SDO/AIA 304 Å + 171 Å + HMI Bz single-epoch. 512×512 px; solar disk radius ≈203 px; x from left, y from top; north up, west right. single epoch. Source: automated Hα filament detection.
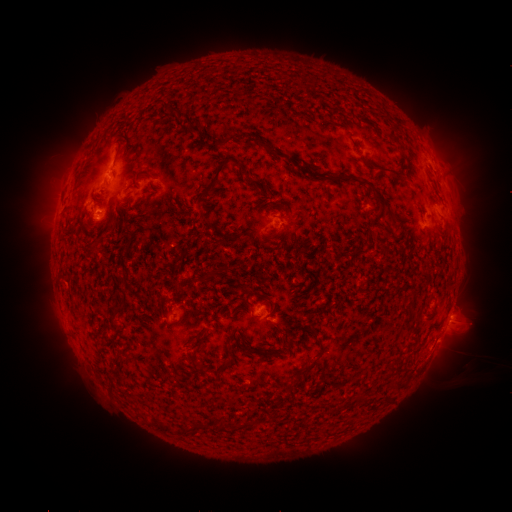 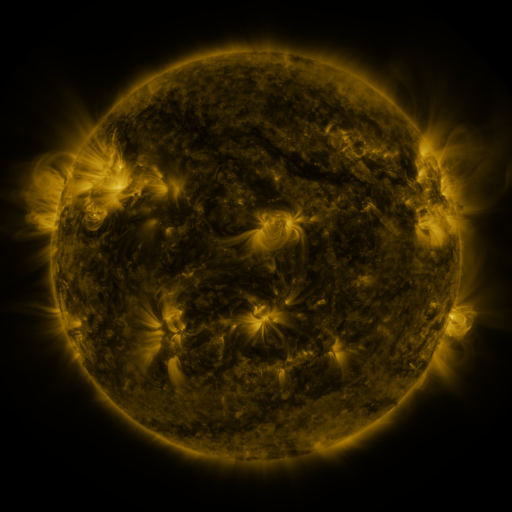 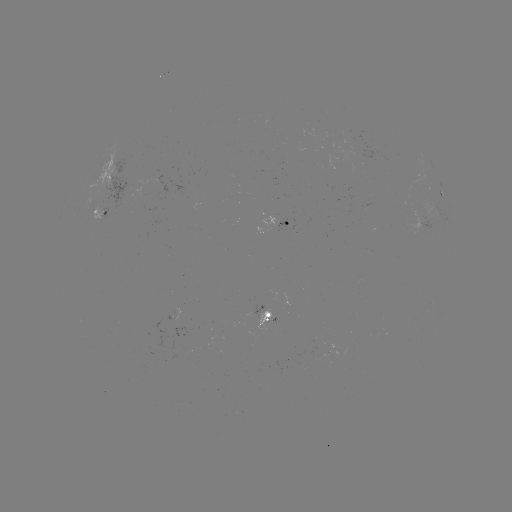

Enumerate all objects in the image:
filament: [243, 136, 258, 147]
filament: [207, 161, 227, 192]
filament: [375, 166, 409, 183]
filament: [338, 174, 355, 183]
filament: [362, 179, 387, 208]
filament: [389, 216, 403, 226]
filament: [85, 241, 97, 250]
filament: [351, 249, 368, 257]
filament: [179, 310, 187, 320]
filament: [289, 358, 316, 386]
filament: [190, 361, 204, 373]
